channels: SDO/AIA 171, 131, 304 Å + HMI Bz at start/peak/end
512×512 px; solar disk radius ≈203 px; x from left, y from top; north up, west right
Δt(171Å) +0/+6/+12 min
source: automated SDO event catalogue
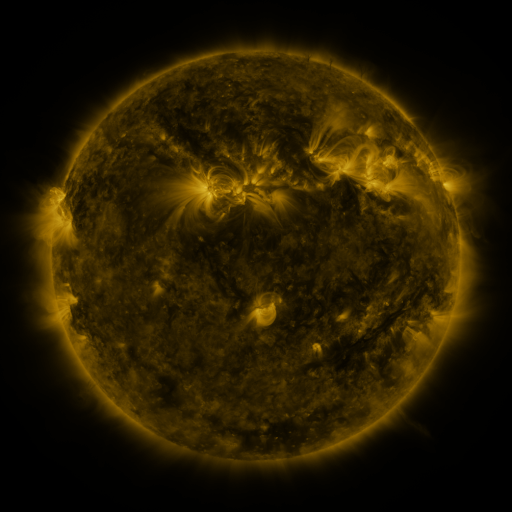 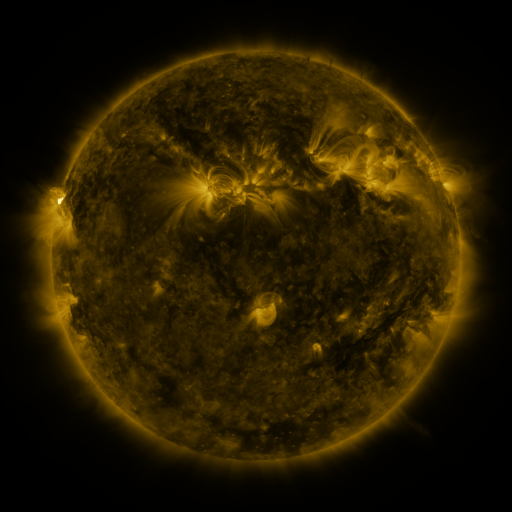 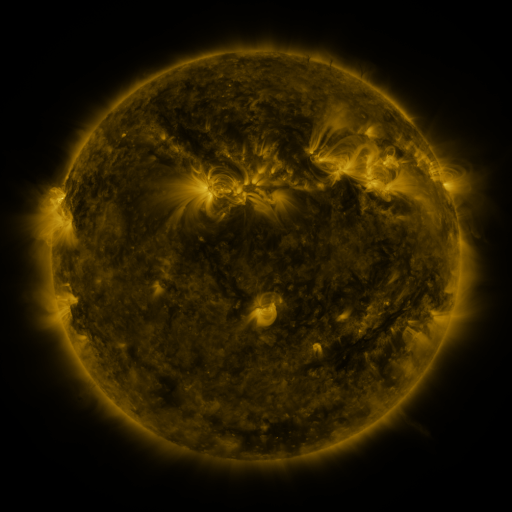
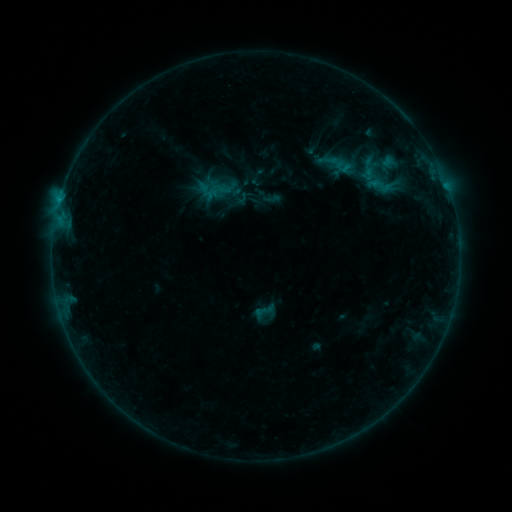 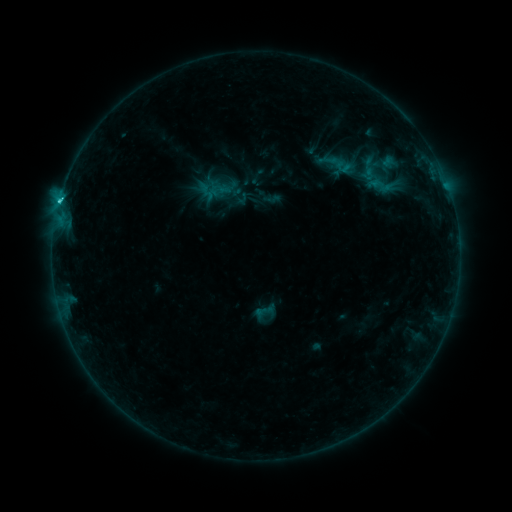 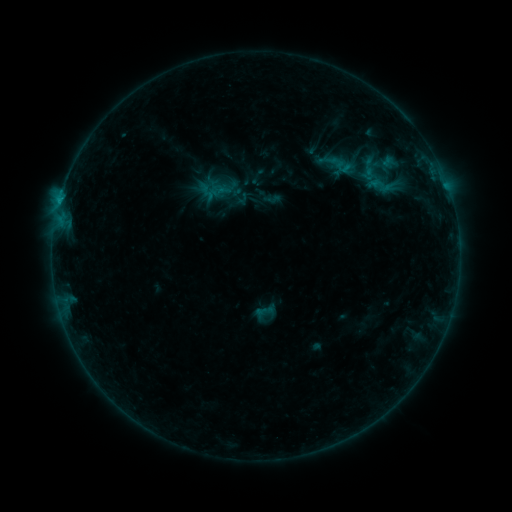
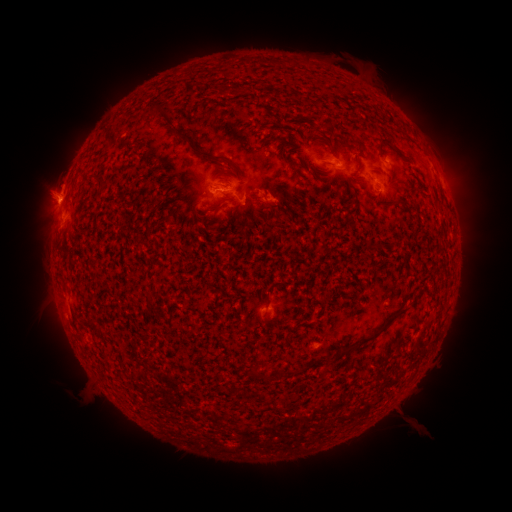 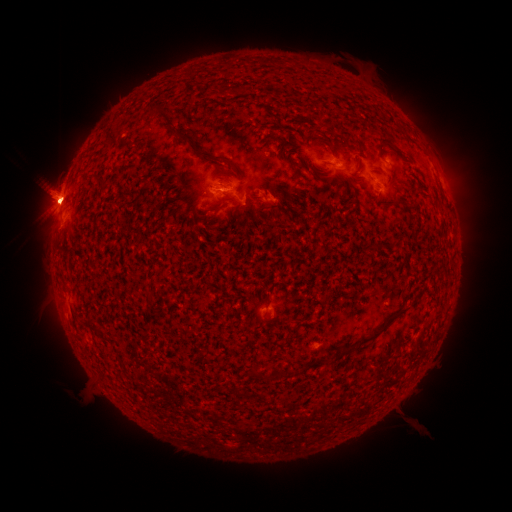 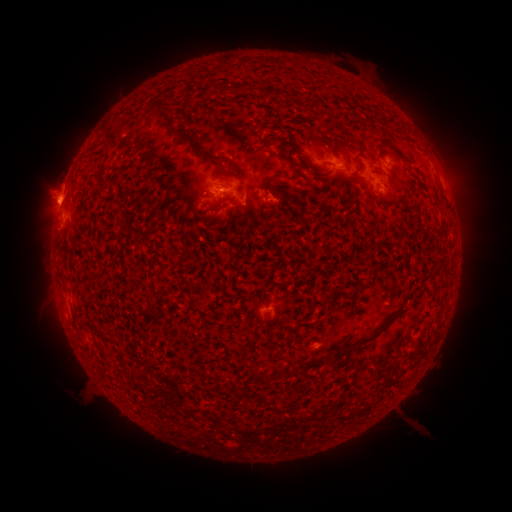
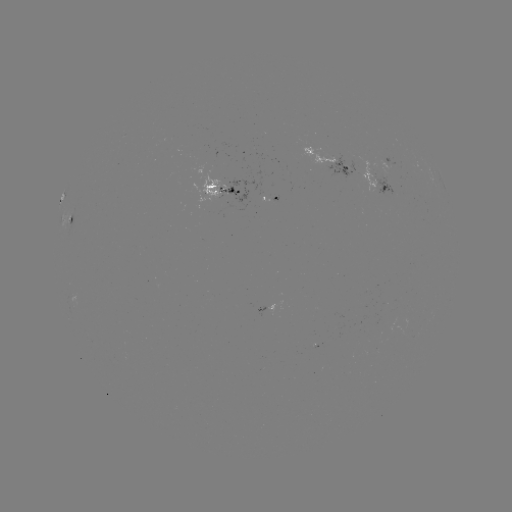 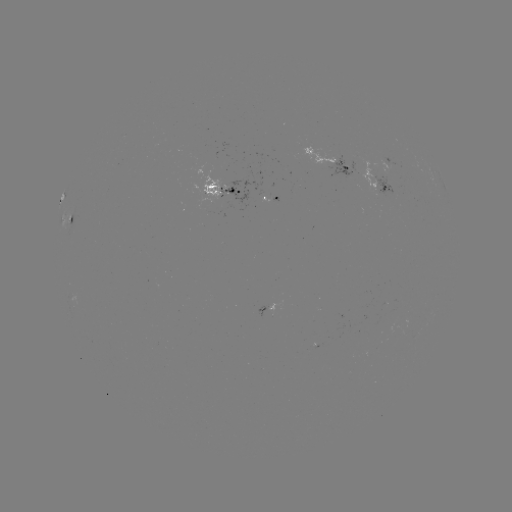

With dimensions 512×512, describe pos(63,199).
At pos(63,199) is C2.2 flare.